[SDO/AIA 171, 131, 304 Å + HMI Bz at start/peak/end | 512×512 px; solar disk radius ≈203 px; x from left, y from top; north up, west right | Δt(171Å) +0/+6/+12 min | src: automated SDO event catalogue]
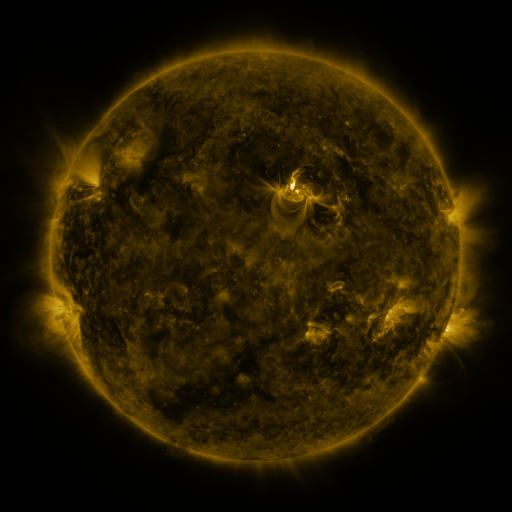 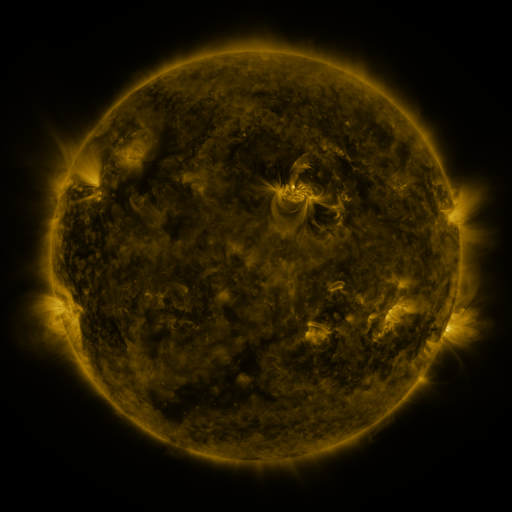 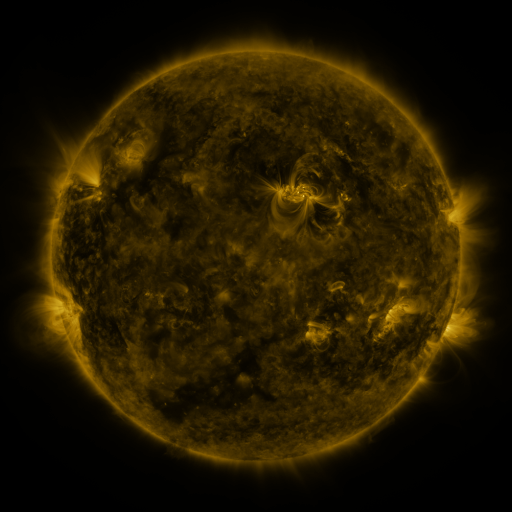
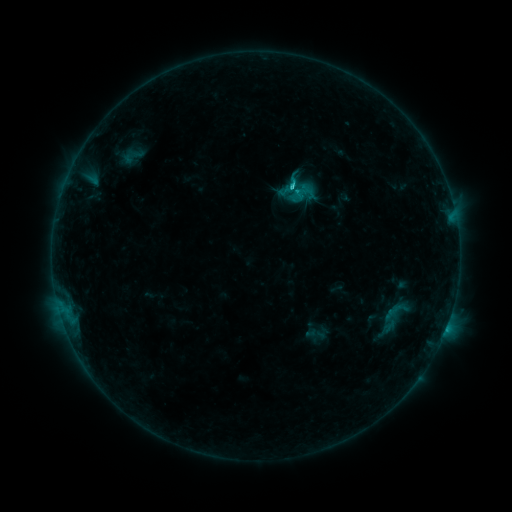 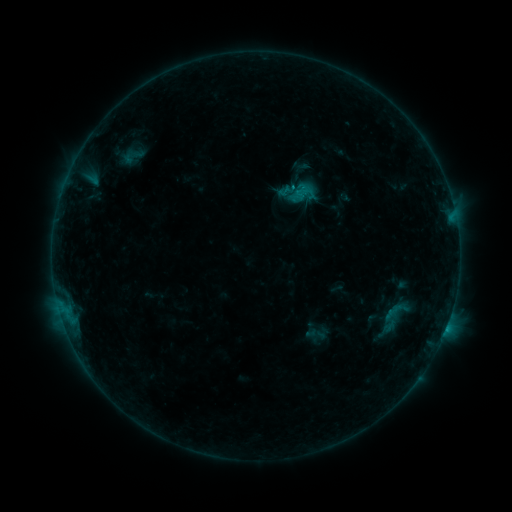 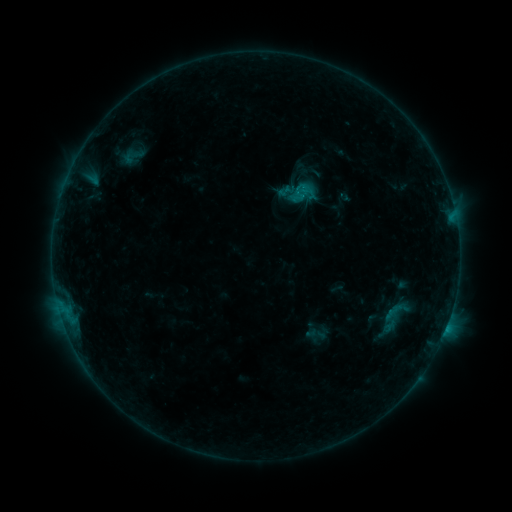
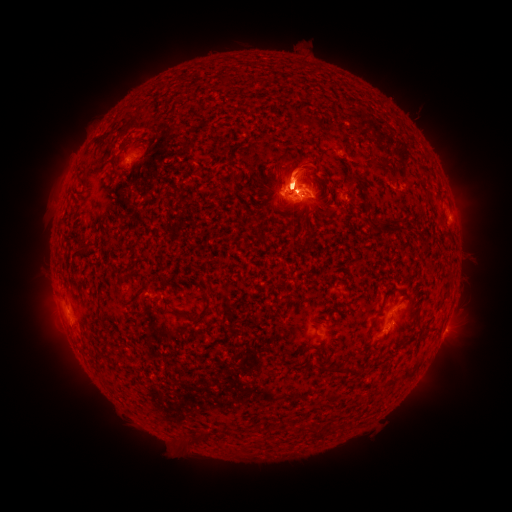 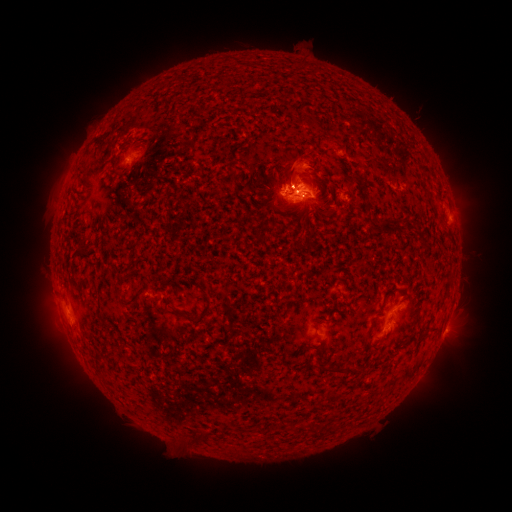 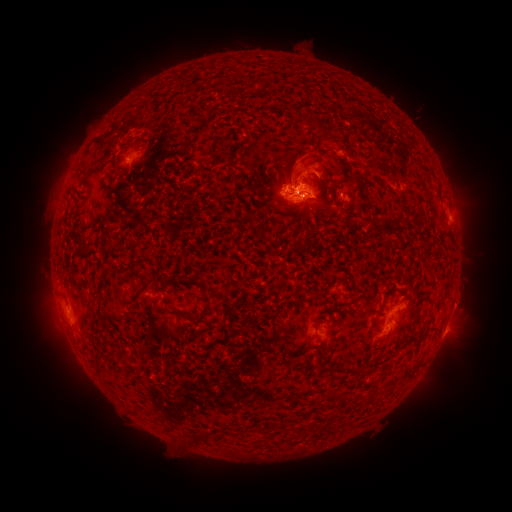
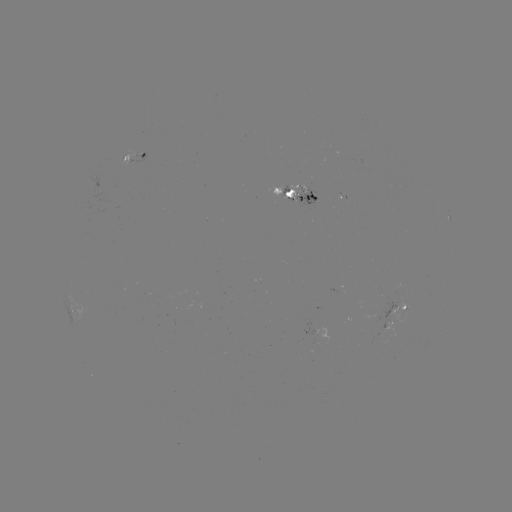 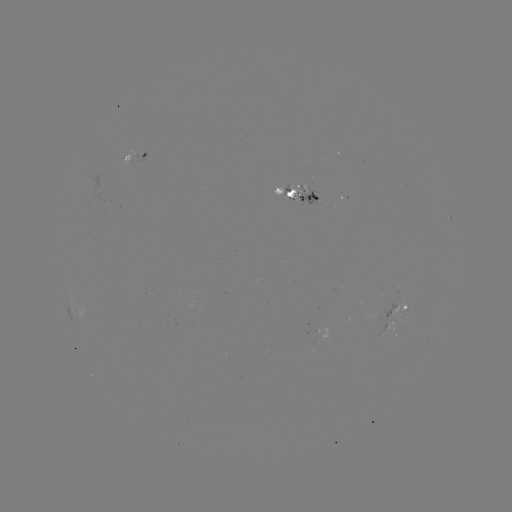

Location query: eruption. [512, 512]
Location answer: [462, 187].